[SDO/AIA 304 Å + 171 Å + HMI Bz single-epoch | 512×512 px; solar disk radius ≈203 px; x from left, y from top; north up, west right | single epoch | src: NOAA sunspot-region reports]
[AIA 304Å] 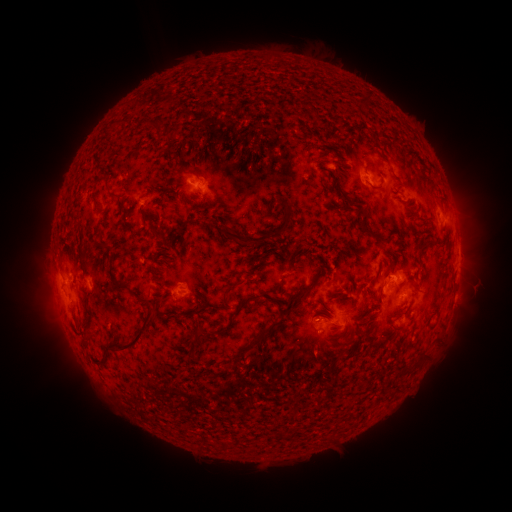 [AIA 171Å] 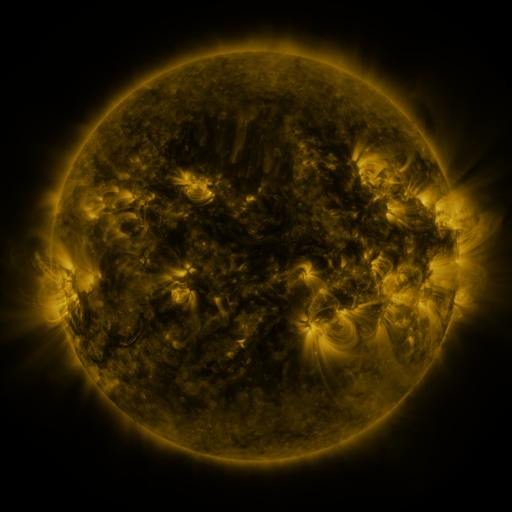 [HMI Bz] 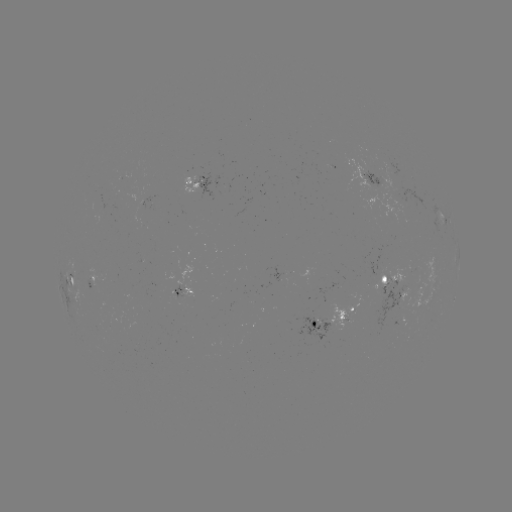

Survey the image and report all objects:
spotted active region: (371, 180)
spotted active region: (204, 182)
spotted active region: (445, 219)
spotted active region: (458, 261)
spotted active region: (457, 275)
spotted active region: (386, 279)
spotted active region: (74, 280)
spotted active region: (182, 292)
spotted active region: (406, 295)
spotted active region: (453, 300)
spotted active region: (334, 316)
